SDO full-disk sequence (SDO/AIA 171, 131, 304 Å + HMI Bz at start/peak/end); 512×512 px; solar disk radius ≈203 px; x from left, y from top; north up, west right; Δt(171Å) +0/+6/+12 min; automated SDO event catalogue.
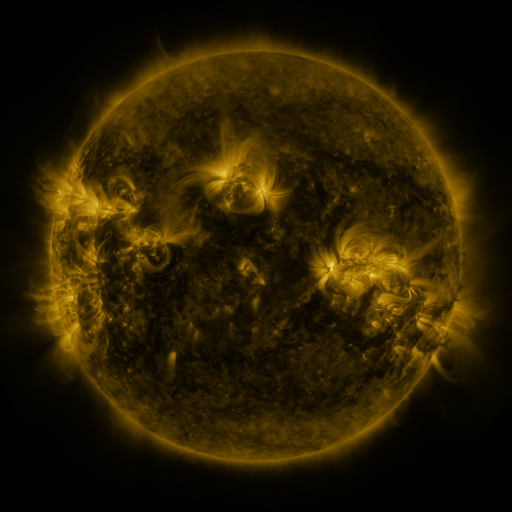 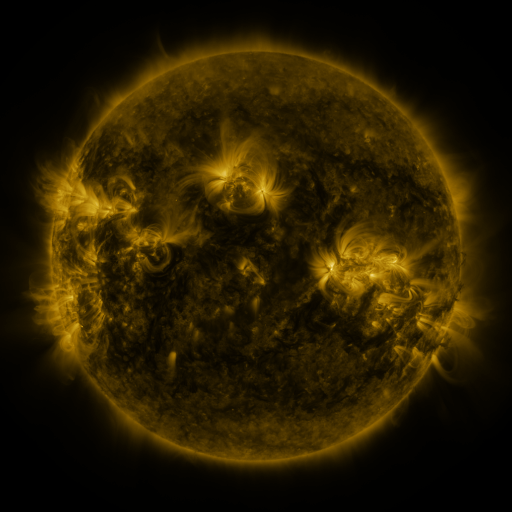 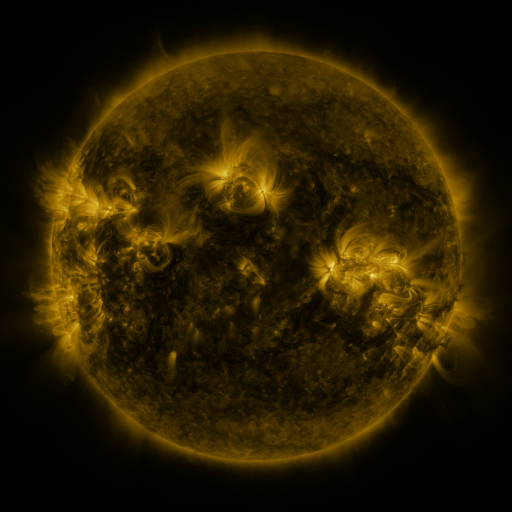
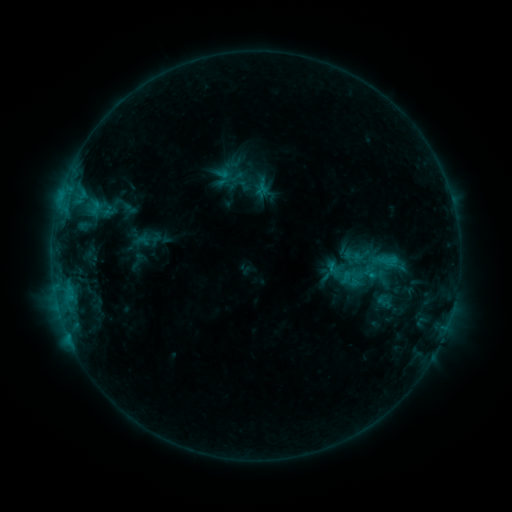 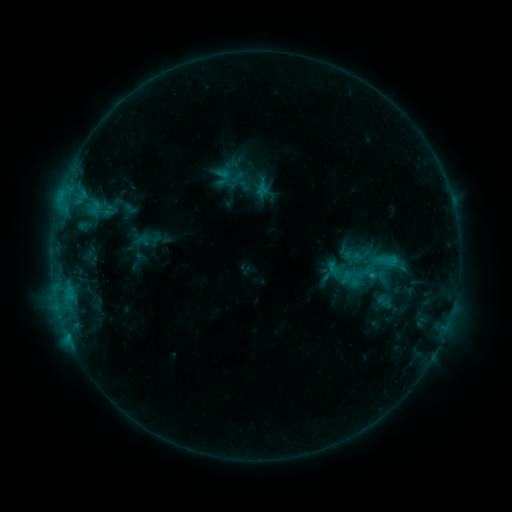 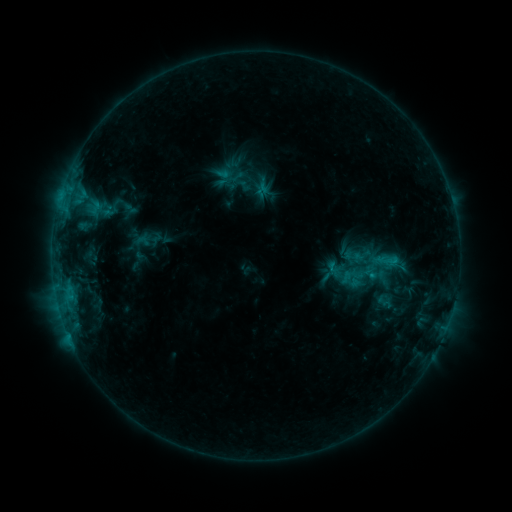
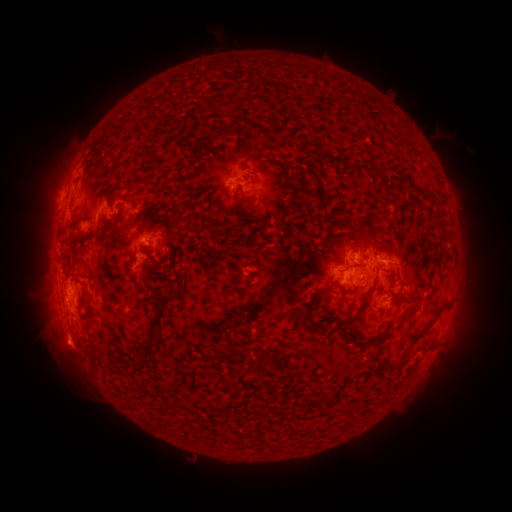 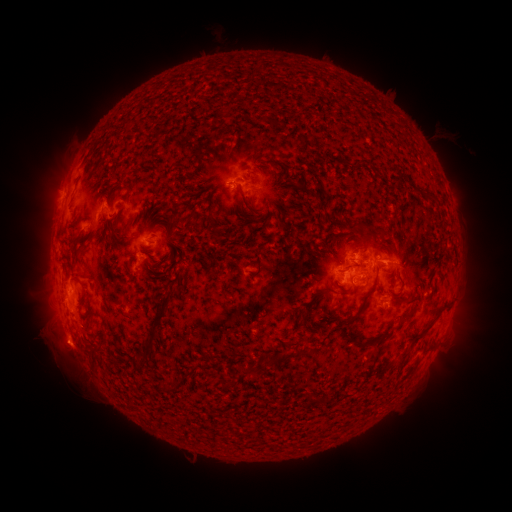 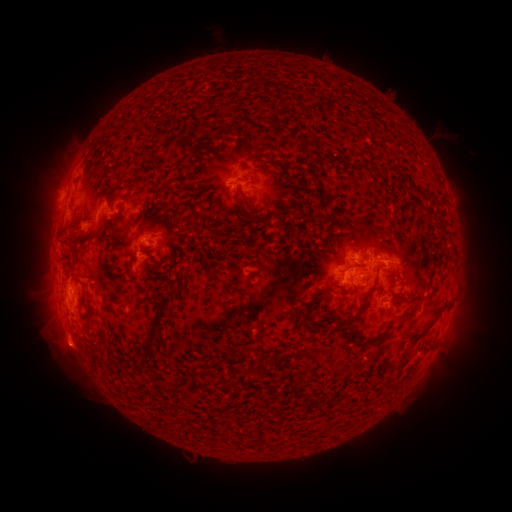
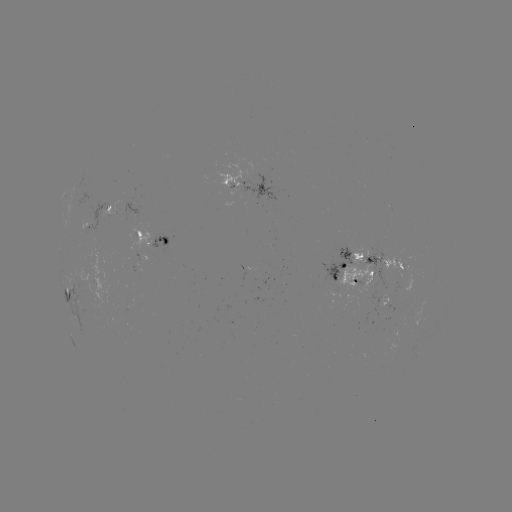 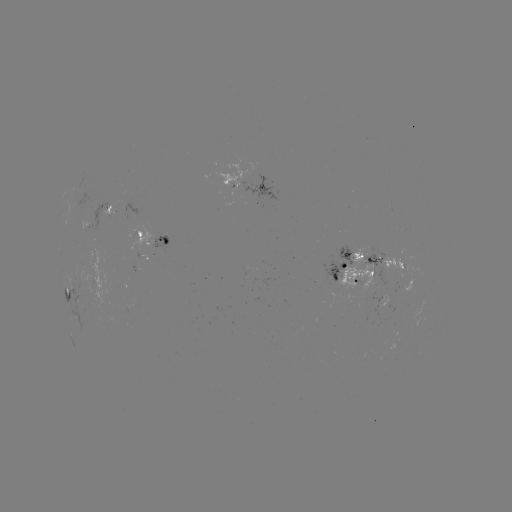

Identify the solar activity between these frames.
eruption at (68, 352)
